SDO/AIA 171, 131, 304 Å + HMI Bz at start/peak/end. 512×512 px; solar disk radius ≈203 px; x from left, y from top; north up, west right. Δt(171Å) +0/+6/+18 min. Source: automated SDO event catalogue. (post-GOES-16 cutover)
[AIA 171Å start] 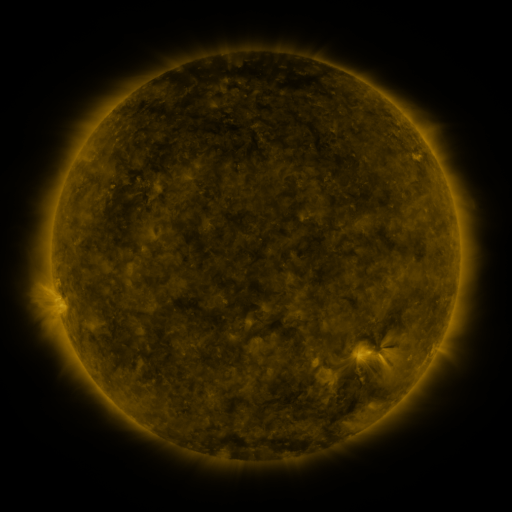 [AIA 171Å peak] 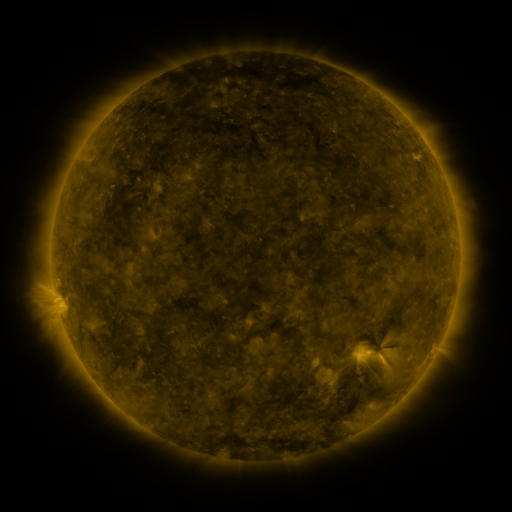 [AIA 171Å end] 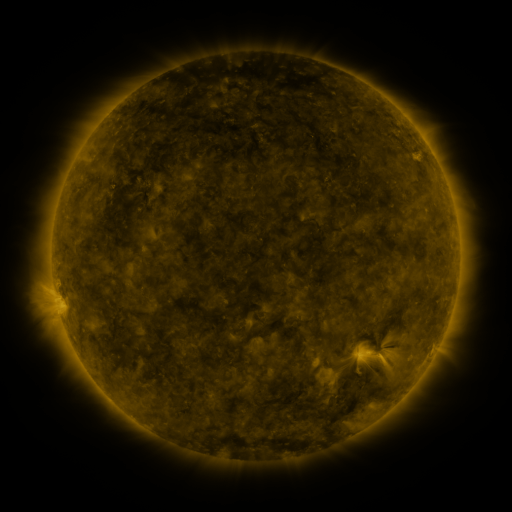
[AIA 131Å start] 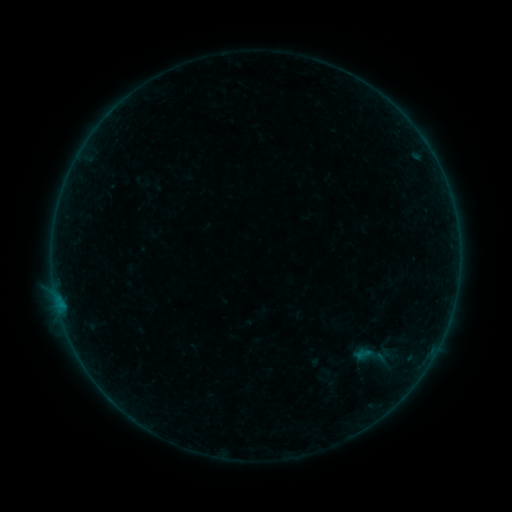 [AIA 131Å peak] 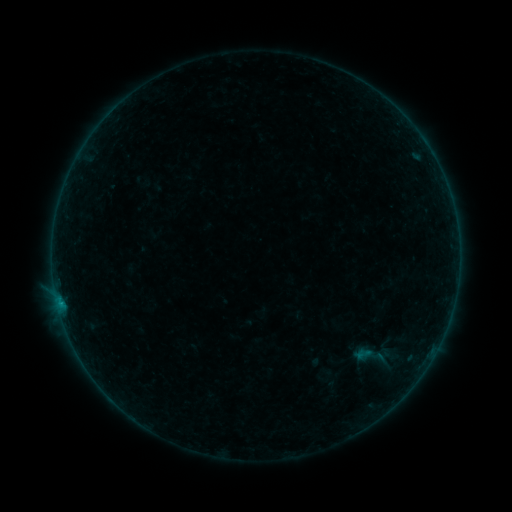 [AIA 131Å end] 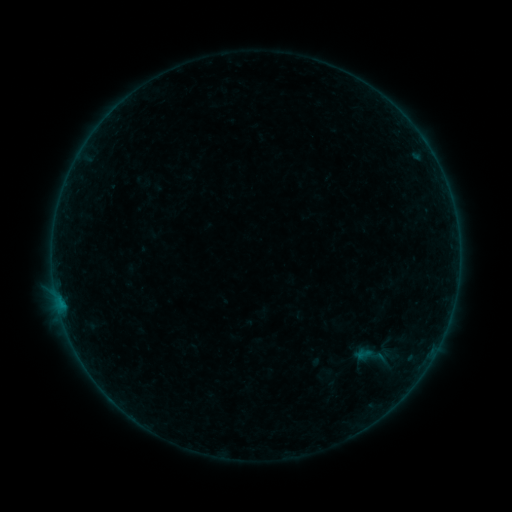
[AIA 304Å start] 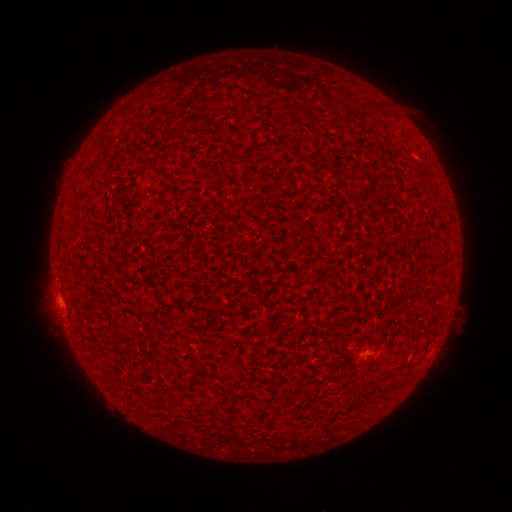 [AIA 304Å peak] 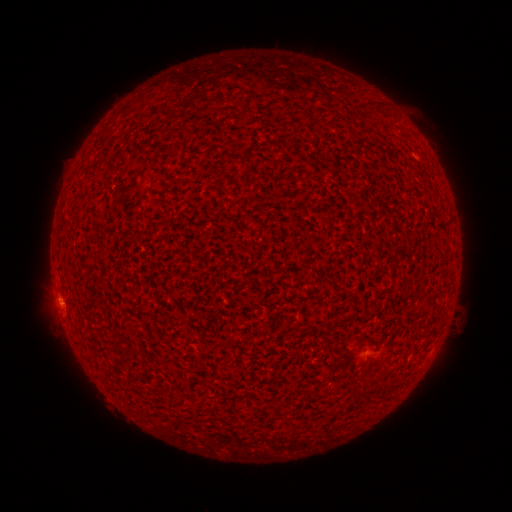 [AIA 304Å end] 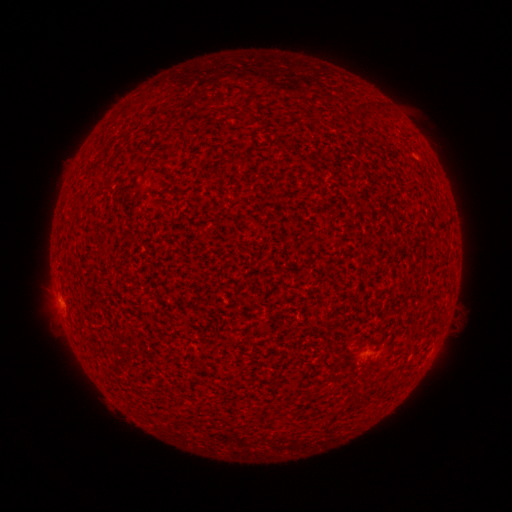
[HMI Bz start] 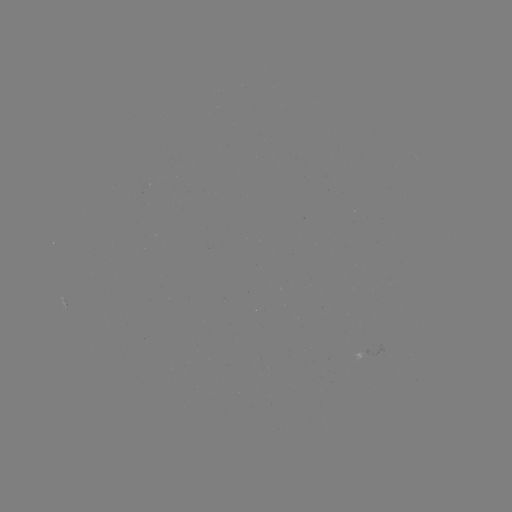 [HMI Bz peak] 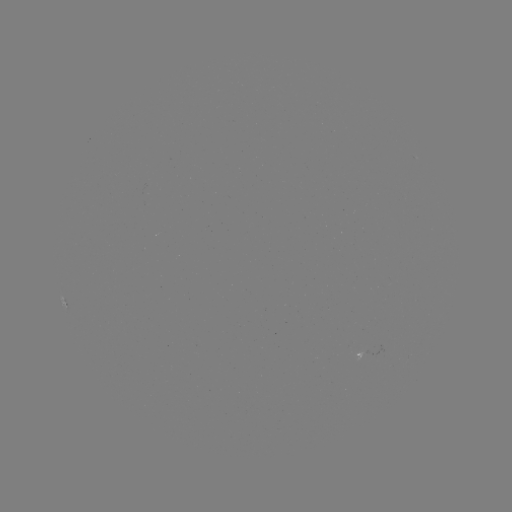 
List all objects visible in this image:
B1.7 flare: (60, 301)
